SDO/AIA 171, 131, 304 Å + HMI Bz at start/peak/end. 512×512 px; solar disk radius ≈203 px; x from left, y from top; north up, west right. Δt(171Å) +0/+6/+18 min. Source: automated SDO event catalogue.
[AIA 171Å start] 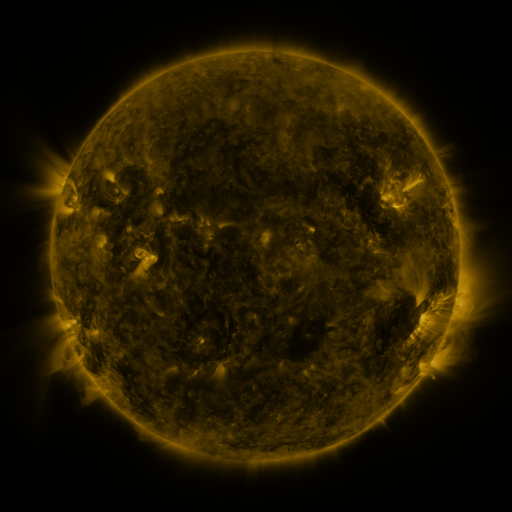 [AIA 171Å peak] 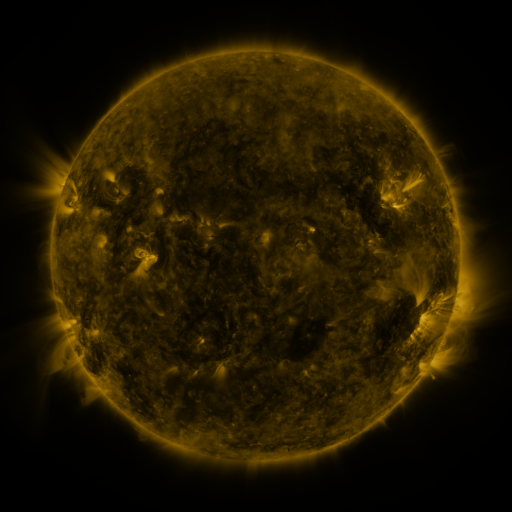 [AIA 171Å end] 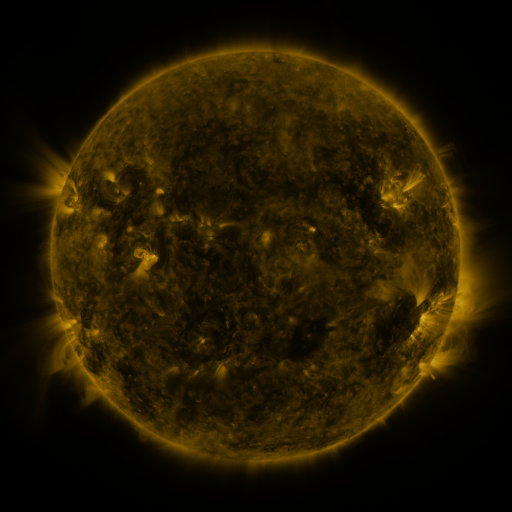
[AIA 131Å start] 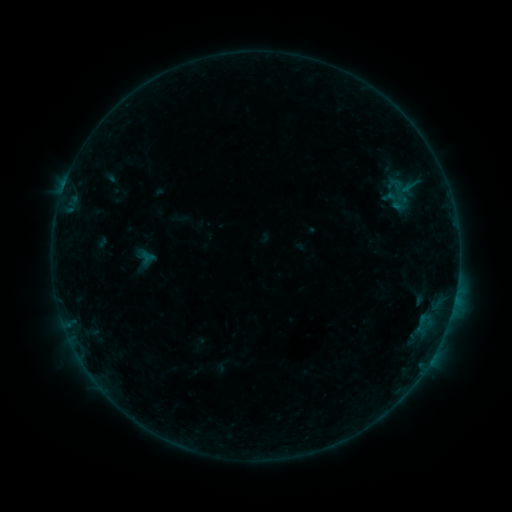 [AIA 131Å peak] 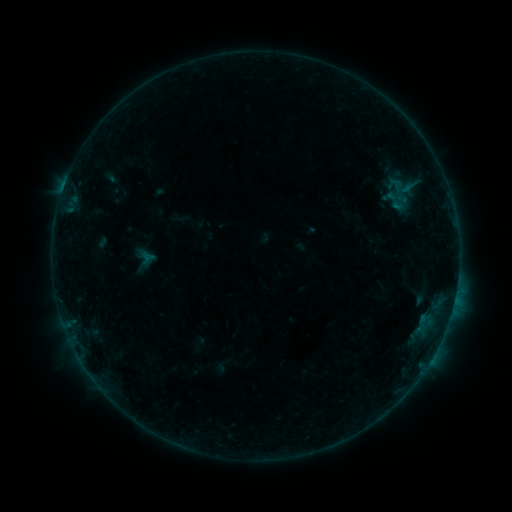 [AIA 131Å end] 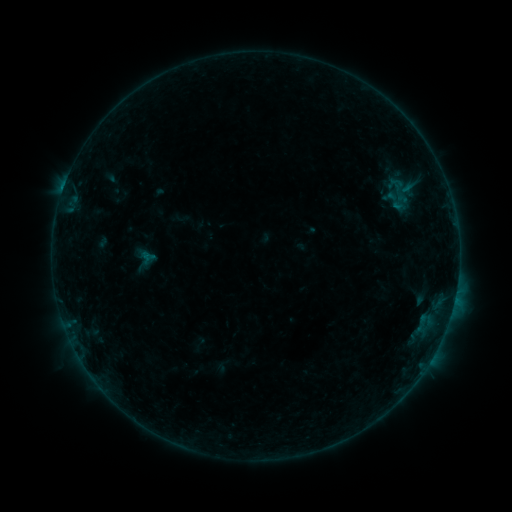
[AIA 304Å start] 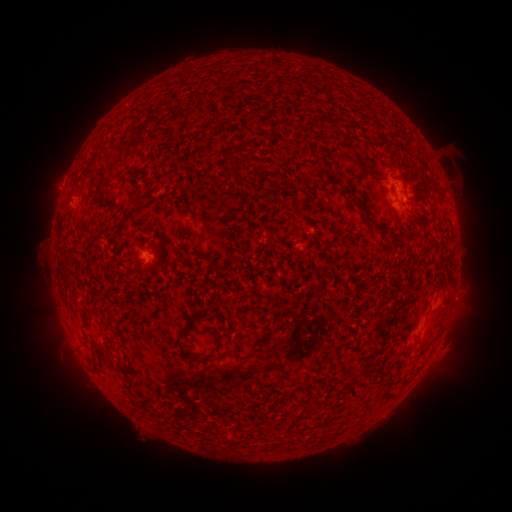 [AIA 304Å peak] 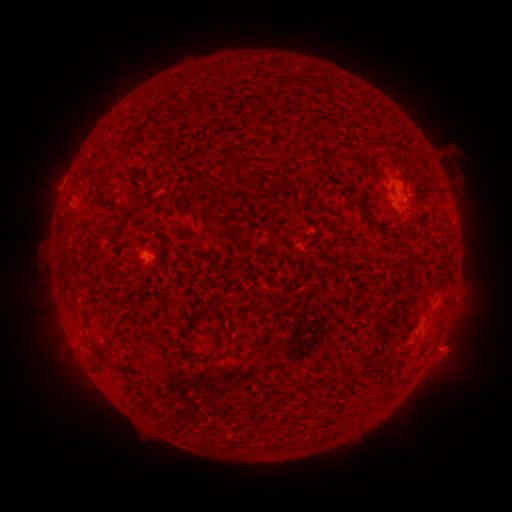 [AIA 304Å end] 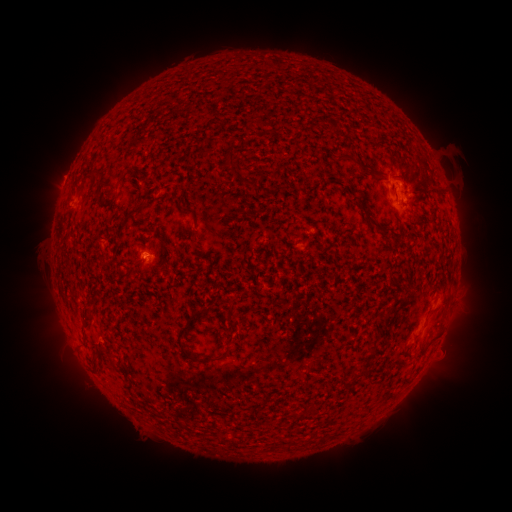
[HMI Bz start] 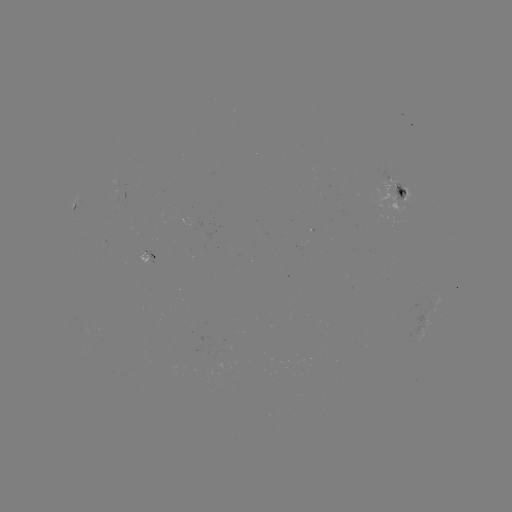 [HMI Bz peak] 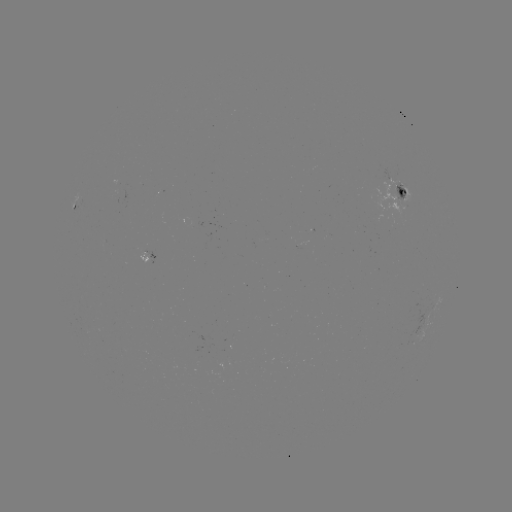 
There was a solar eruption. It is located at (453, 347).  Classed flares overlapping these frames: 1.